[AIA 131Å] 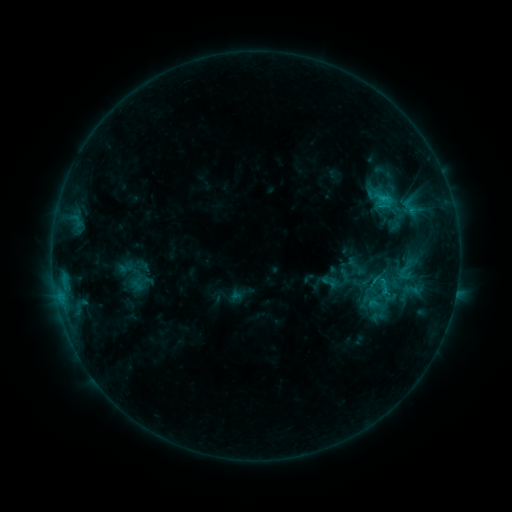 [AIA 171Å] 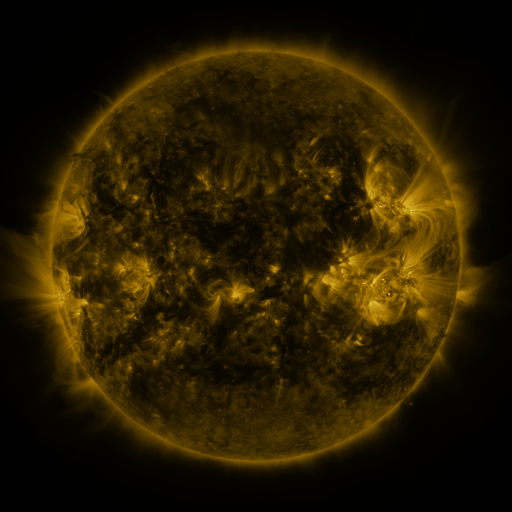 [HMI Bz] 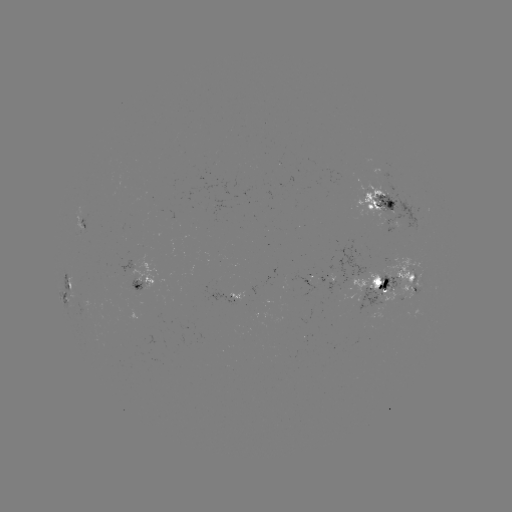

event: sigmoid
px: (410, 207)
